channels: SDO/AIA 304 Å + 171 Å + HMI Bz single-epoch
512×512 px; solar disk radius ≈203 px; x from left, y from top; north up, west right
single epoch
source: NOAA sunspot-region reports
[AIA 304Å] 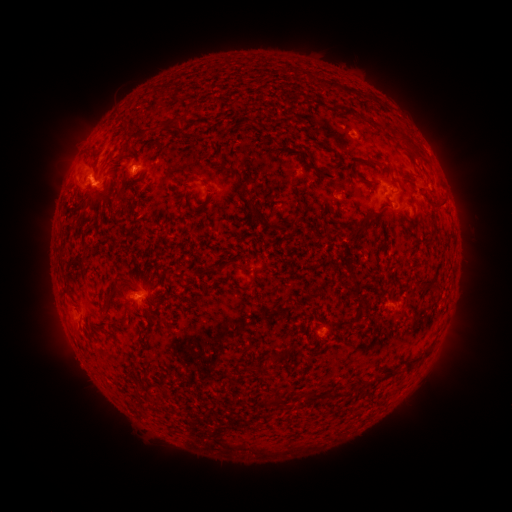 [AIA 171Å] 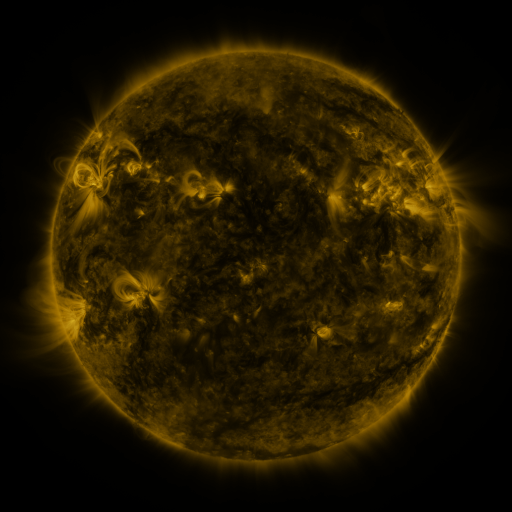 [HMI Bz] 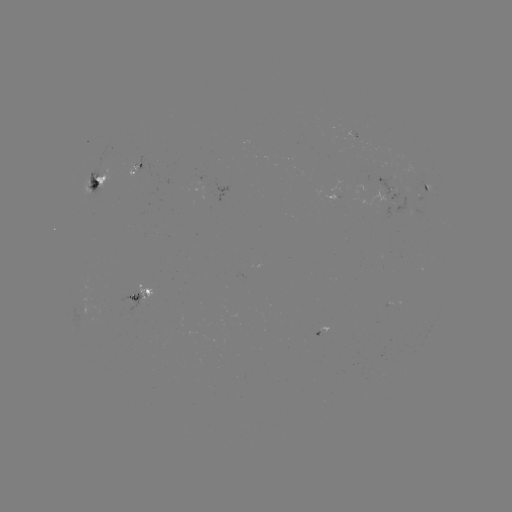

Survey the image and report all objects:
spotted active region: (132, 171)
spotted active region: (97, 179)
spotted active region: (426, 185)
spotted active region: (395, 186)
spotted active region: (138, 295)
